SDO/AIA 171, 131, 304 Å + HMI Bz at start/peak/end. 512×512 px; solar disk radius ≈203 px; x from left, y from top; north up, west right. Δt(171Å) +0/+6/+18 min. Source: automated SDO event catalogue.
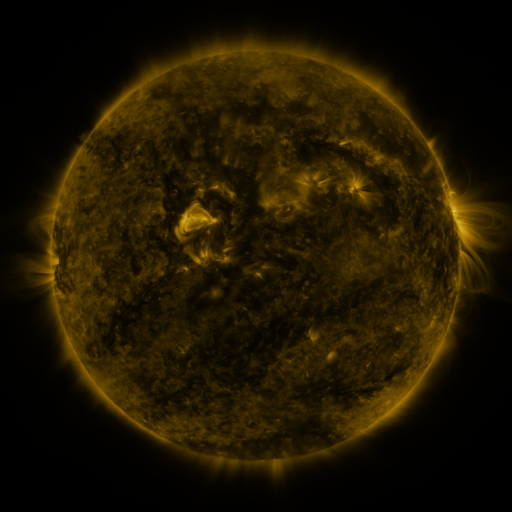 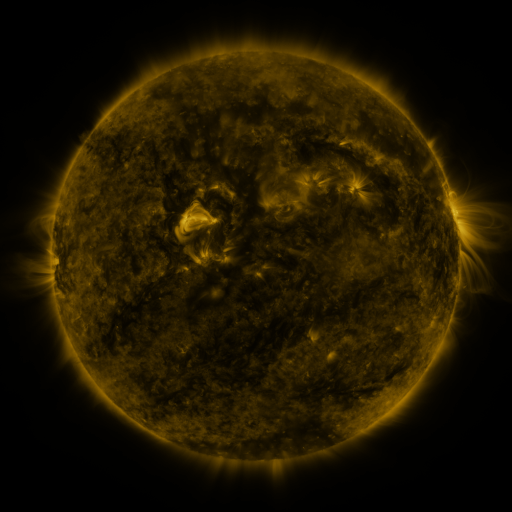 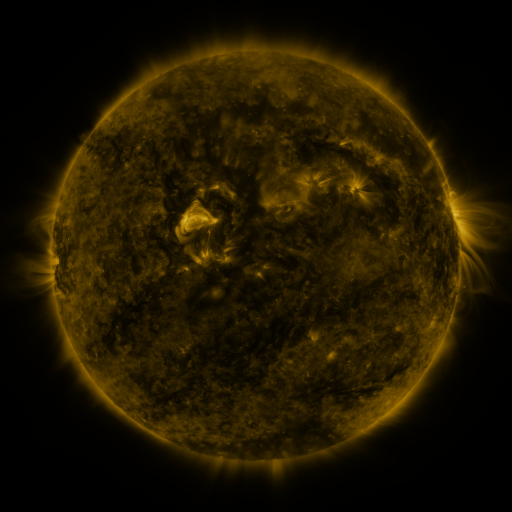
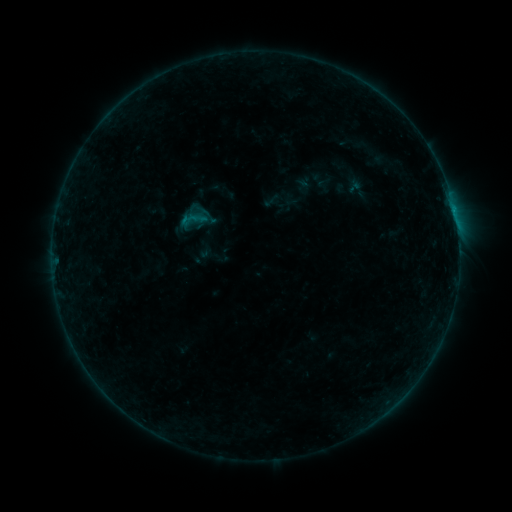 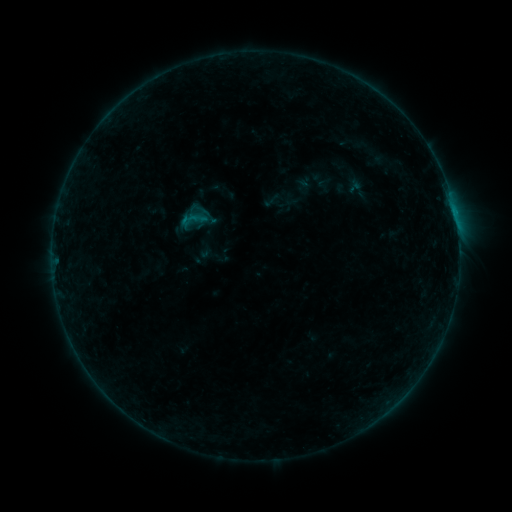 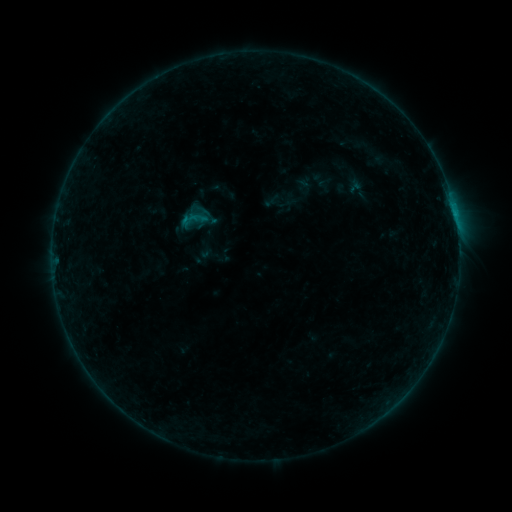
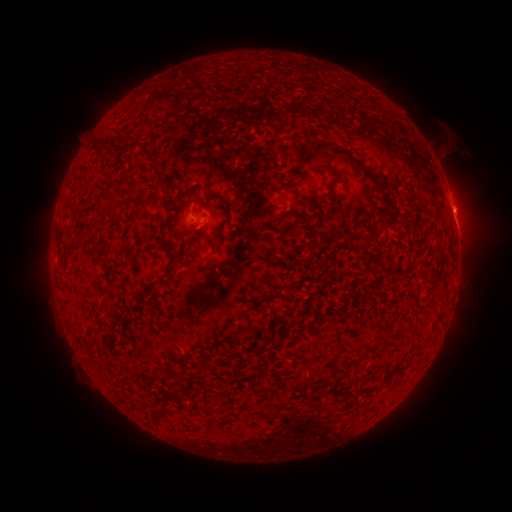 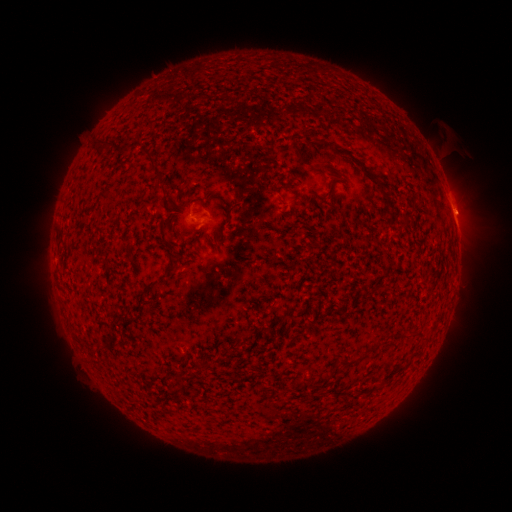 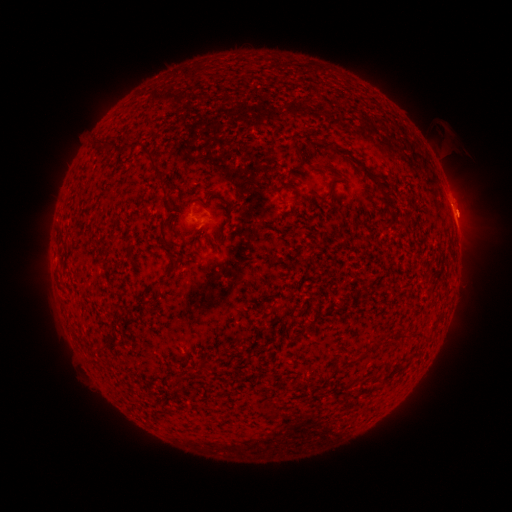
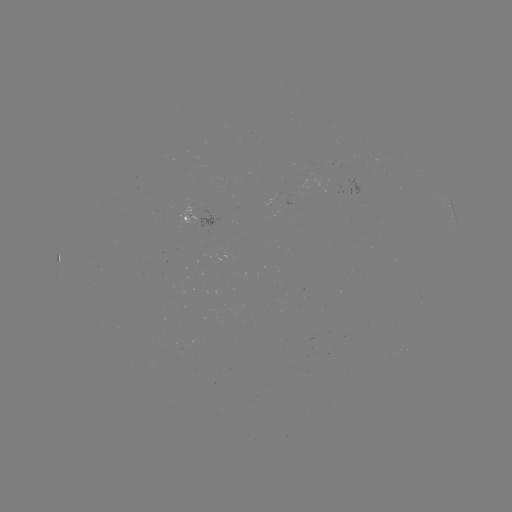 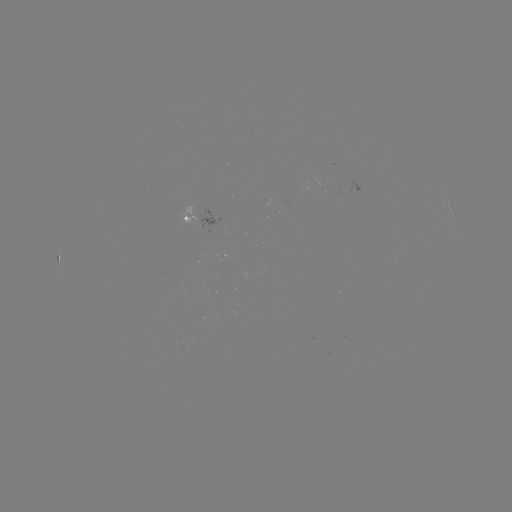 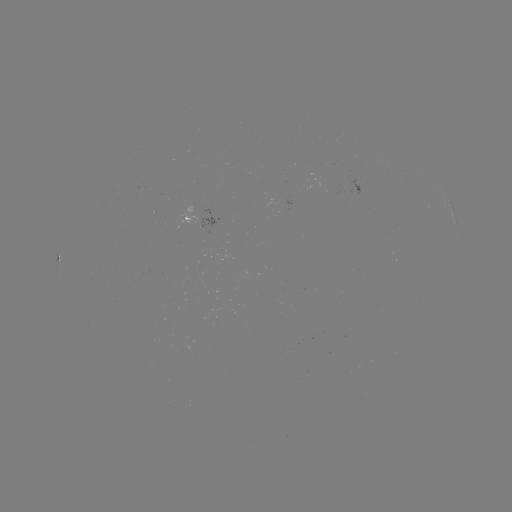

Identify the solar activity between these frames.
eruption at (459, 212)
